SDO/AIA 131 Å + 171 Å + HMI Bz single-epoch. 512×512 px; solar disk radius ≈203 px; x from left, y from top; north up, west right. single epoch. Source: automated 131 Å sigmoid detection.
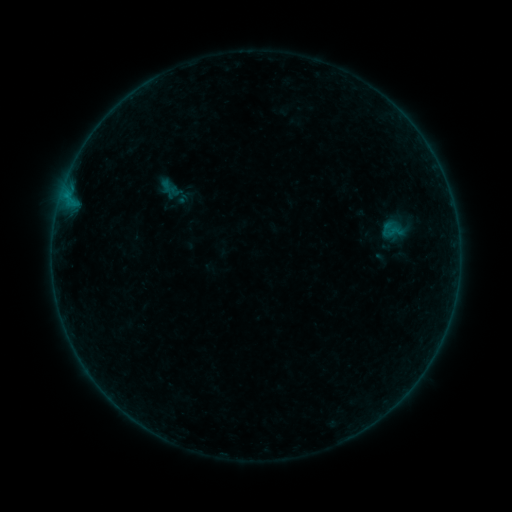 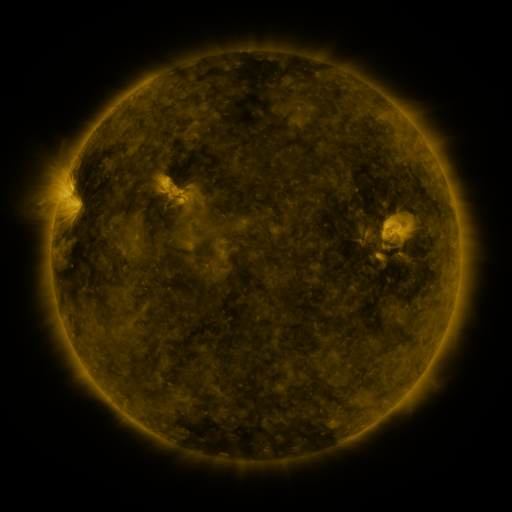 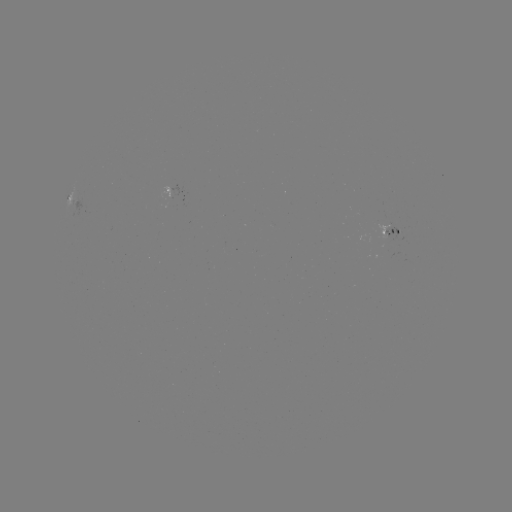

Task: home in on sigmoid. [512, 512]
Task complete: [395, 232].